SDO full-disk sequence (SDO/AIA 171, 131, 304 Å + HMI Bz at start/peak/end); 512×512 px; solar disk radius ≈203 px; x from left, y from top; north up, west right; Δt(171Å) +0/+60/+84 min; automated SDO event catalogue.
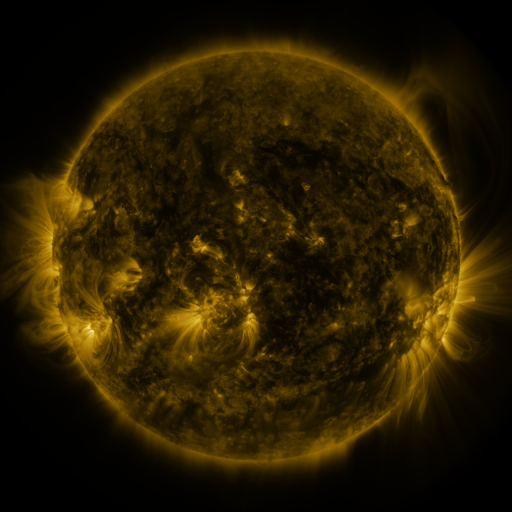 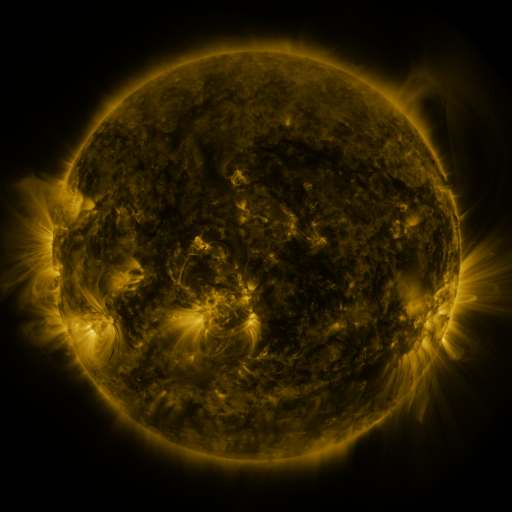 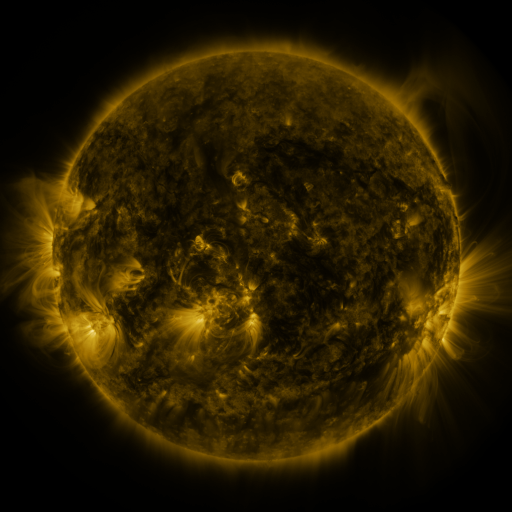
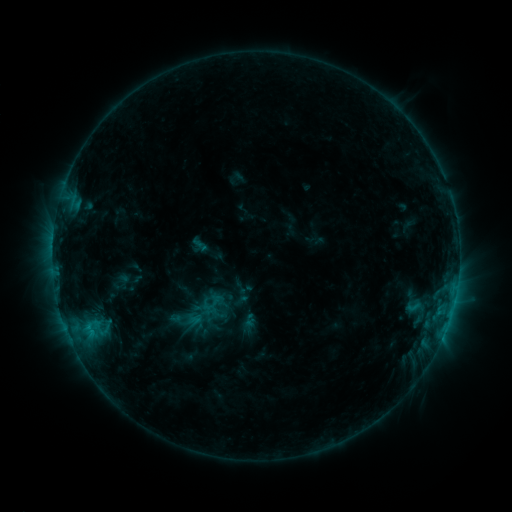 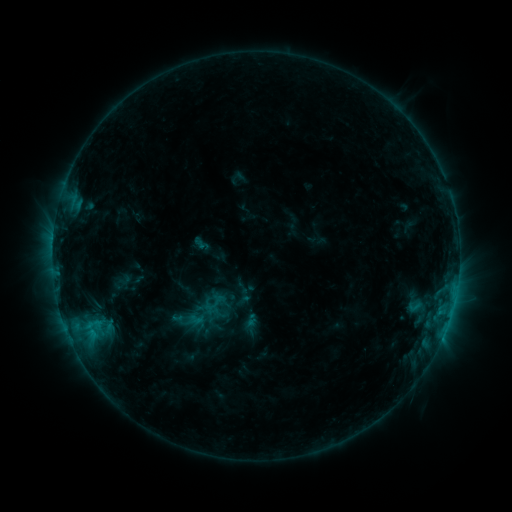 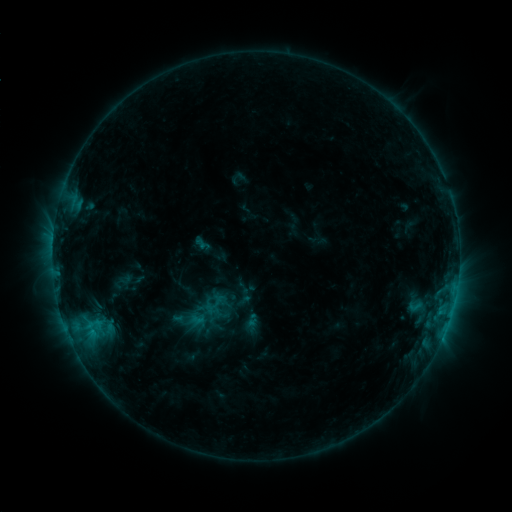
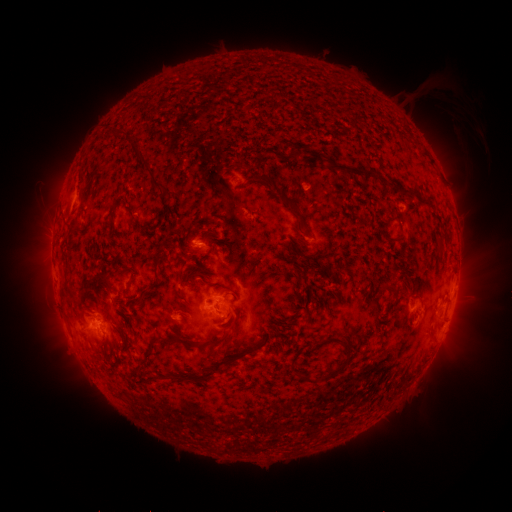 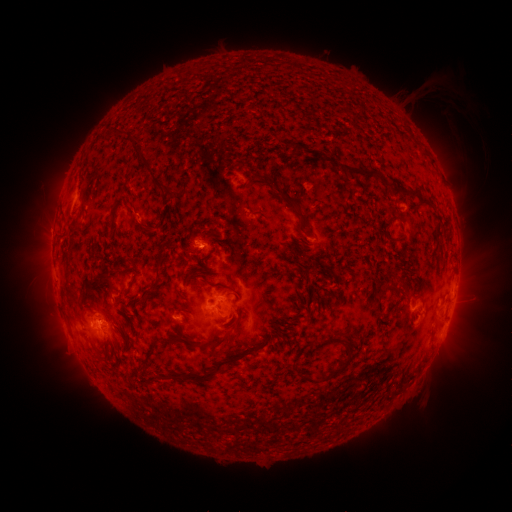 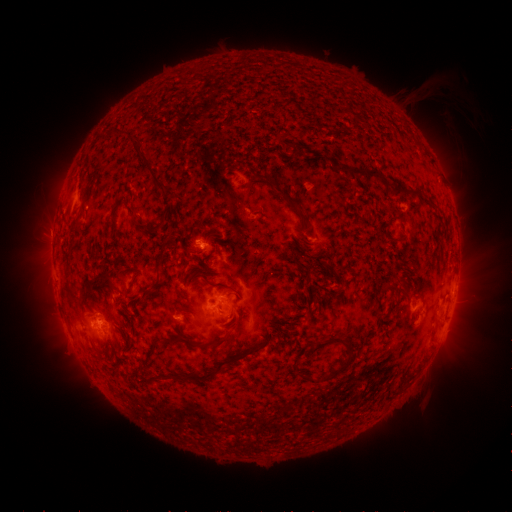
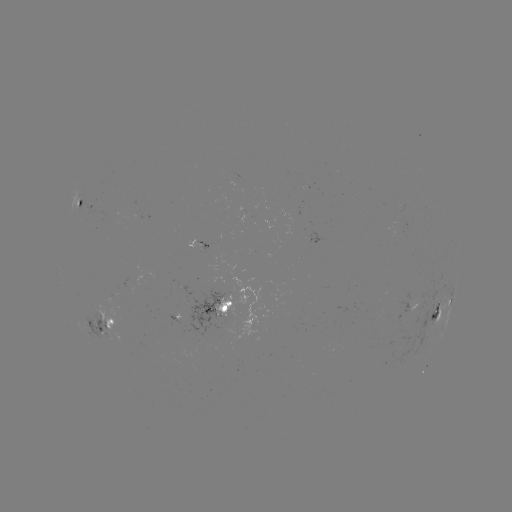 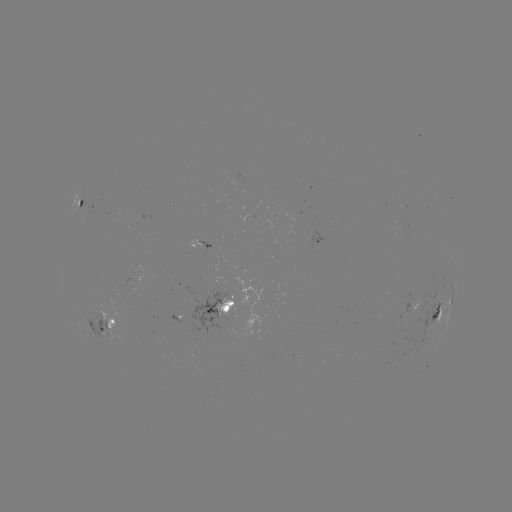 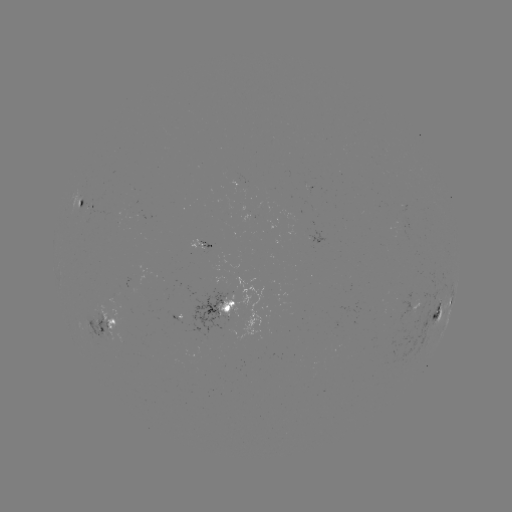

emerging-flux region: <bbox>183, 288, 234, 339</bbox>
